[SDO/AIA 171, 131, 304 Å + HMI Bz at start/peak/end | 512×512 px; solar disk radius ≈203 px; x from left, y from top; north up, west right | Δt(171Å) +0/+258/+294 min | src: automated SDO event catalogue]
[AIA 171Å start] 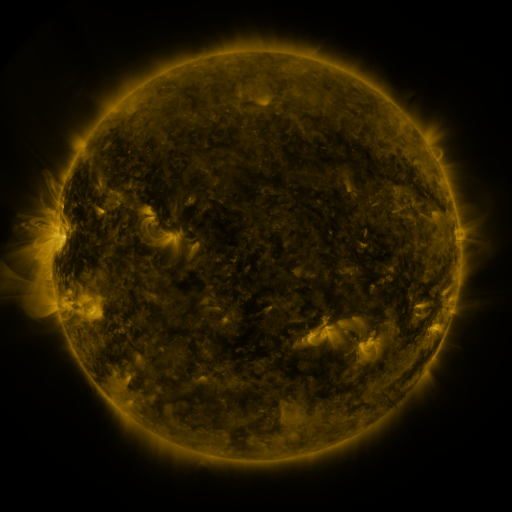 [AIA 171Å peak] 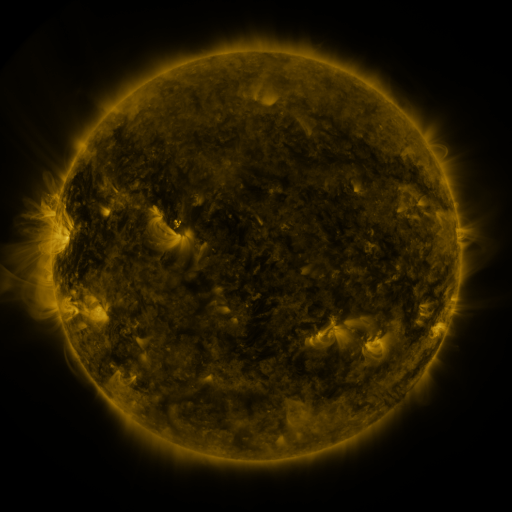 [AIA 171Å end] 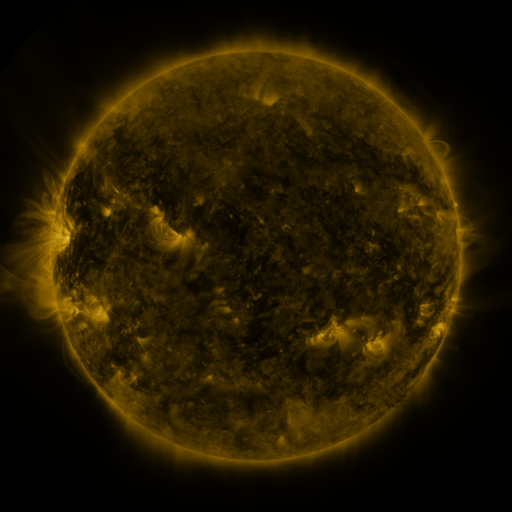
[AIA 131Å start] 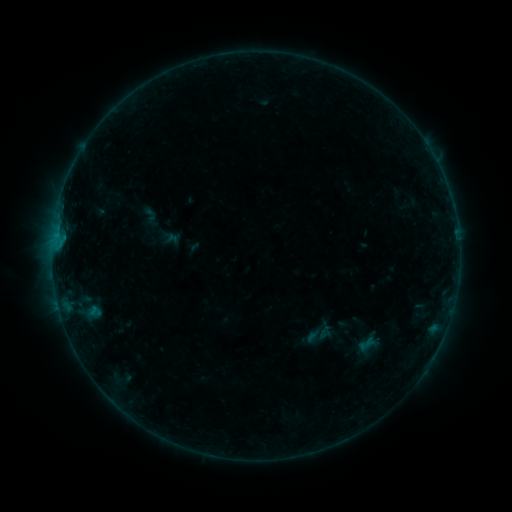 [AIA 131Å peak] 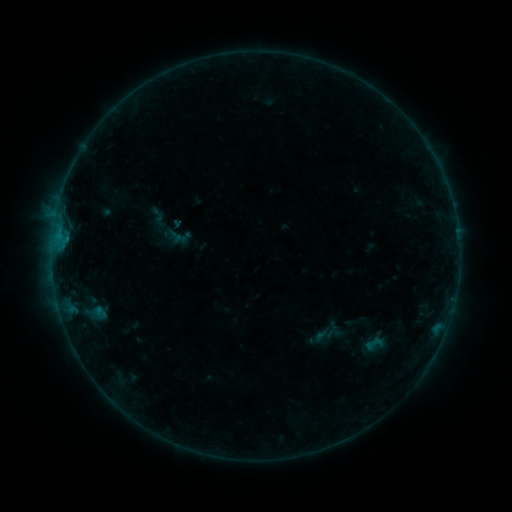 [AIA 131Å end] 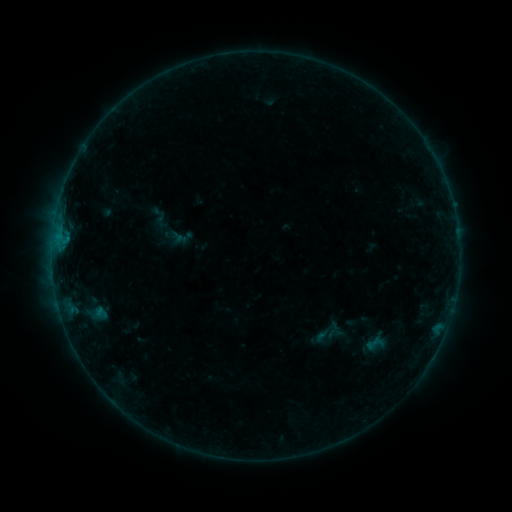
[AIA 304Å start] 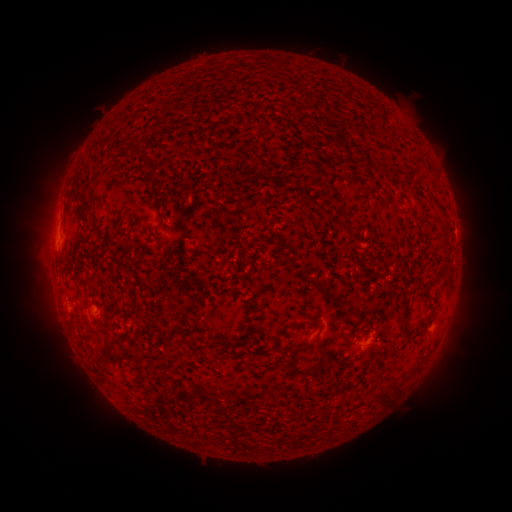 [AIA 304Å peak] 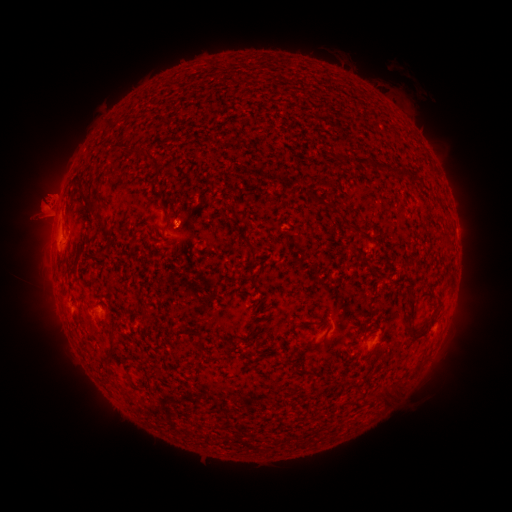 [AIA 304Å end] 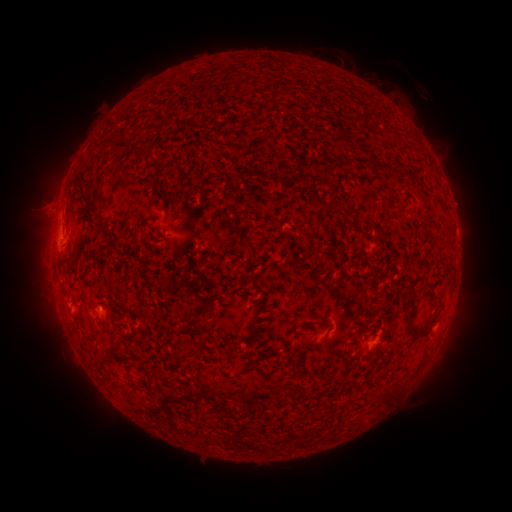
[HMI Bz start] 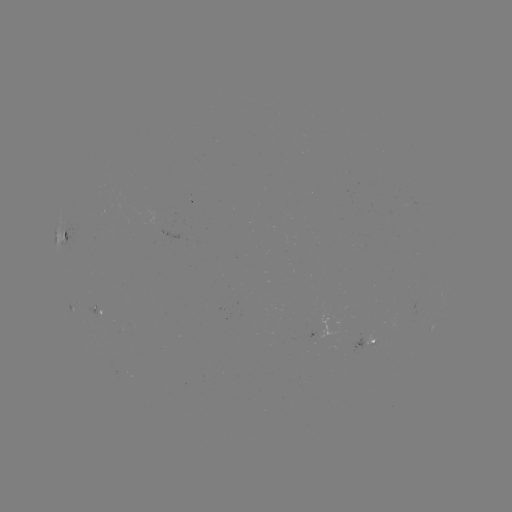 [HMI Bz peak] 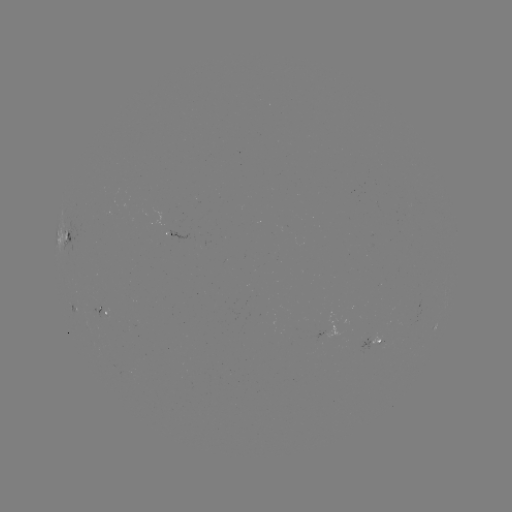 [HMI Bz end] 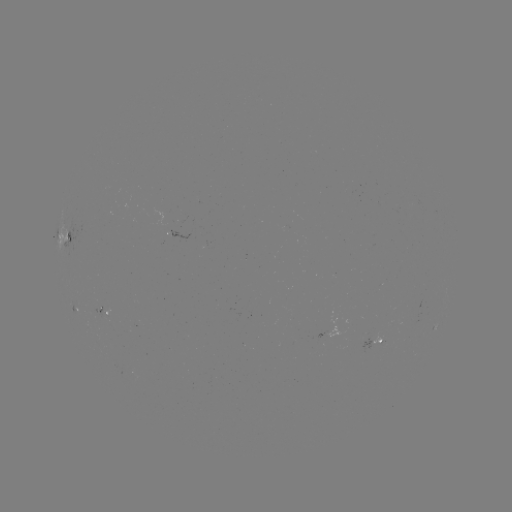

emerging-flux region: (164, 229, 188, 239)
